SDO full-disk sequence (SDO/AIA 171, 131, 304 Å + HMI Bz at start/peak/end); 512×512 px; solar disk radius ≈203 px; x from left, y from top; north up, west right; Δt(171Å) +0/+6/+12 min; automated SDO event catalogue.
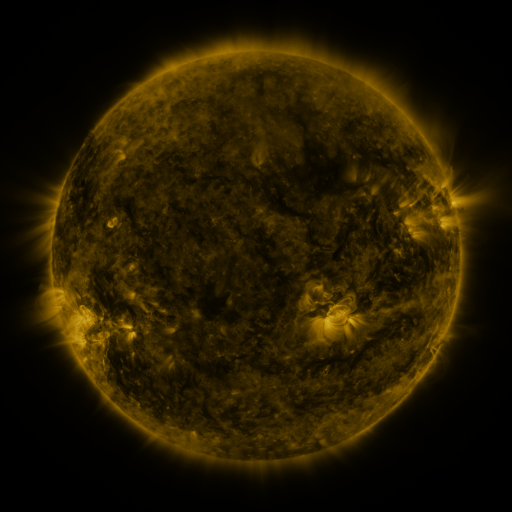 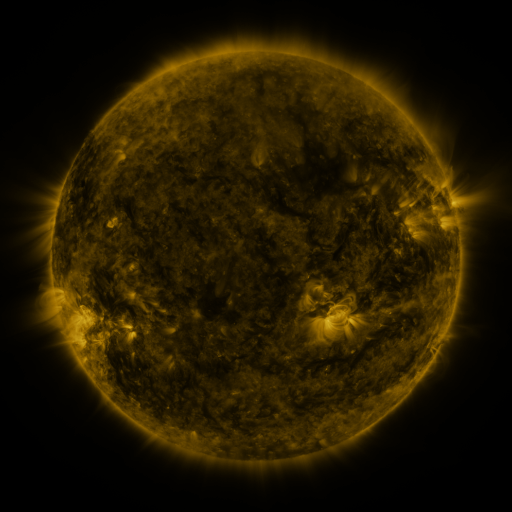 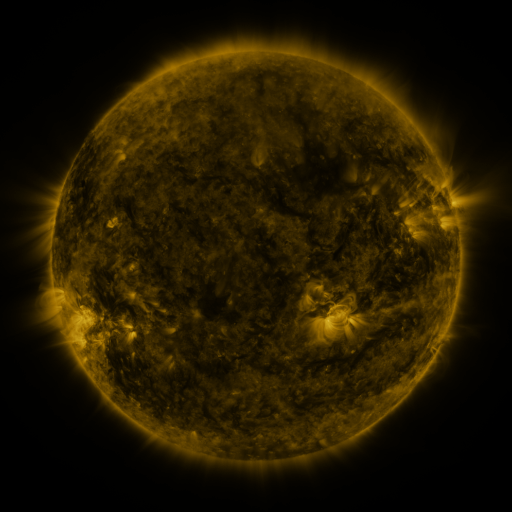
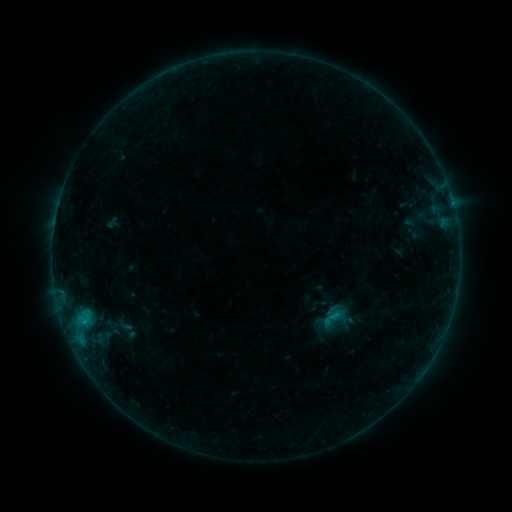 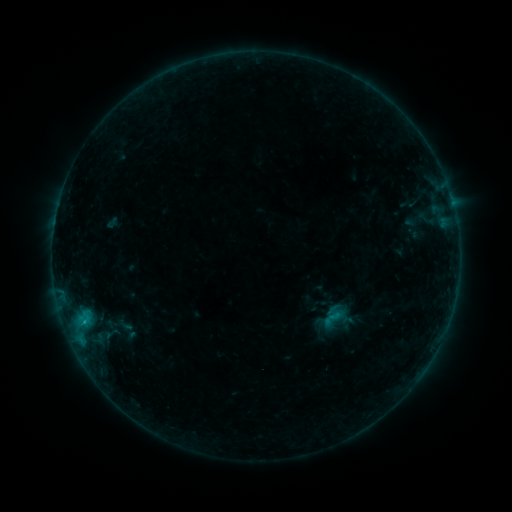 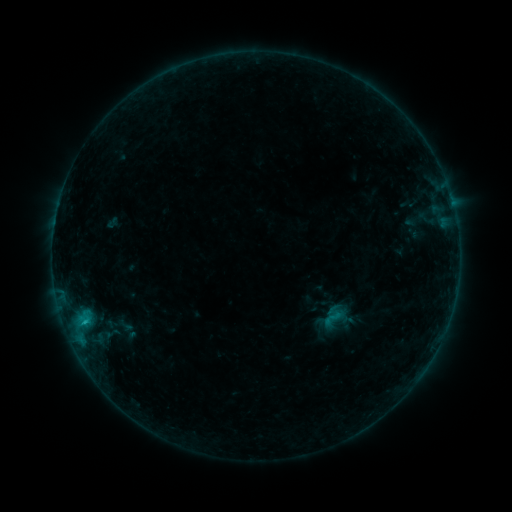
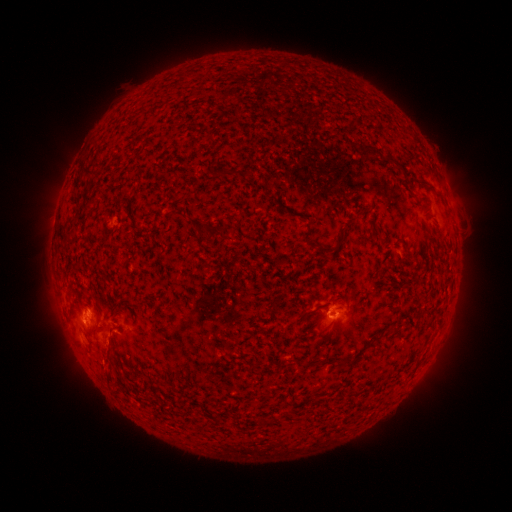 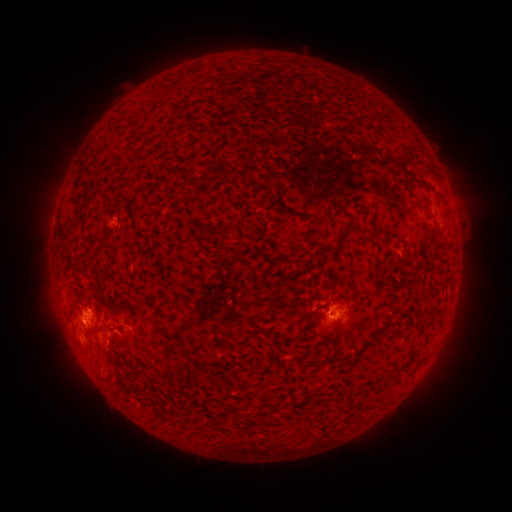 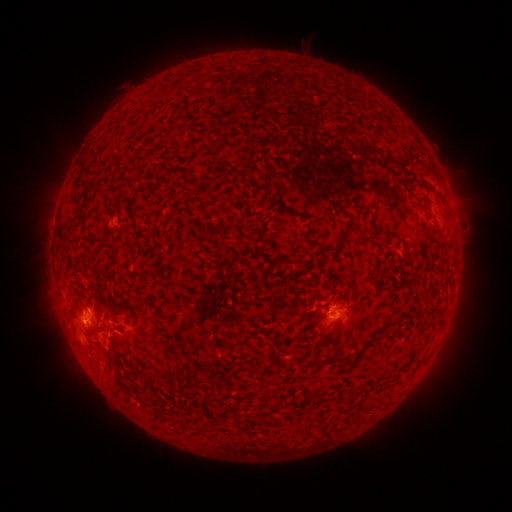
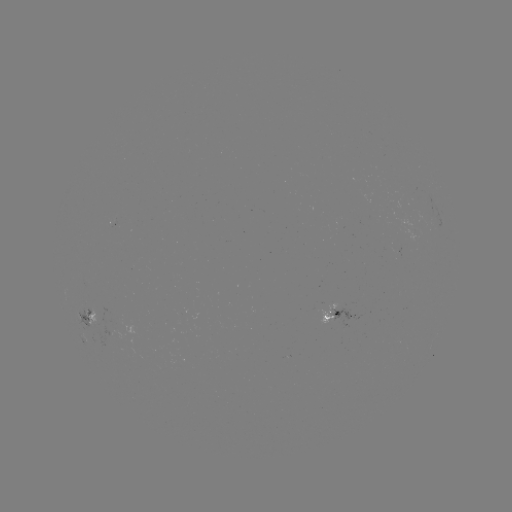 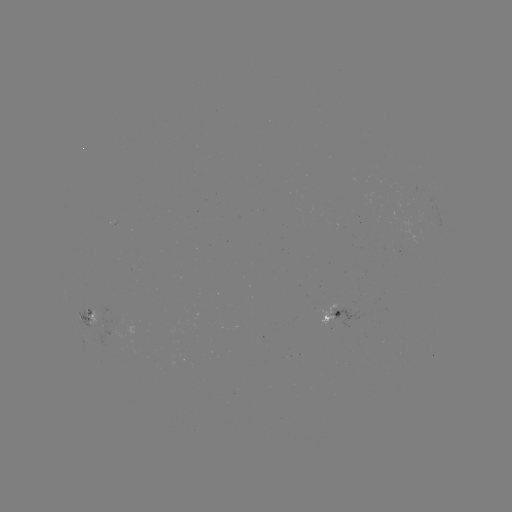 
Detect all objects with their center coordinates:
eruption: (107, 370)
